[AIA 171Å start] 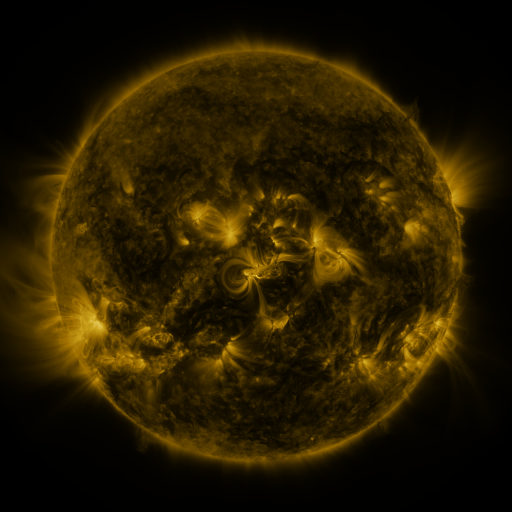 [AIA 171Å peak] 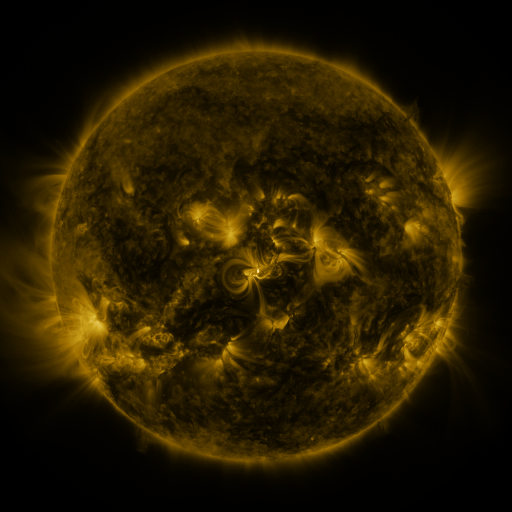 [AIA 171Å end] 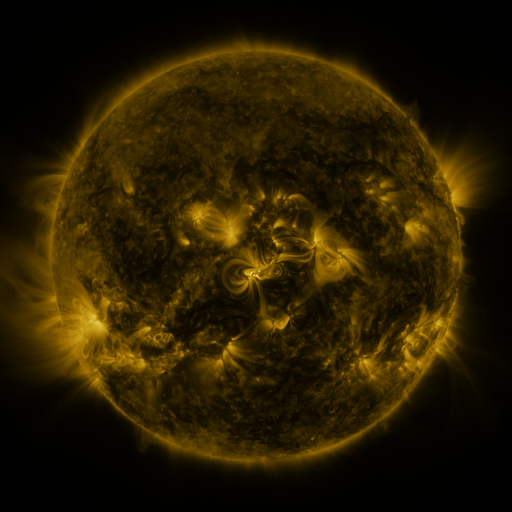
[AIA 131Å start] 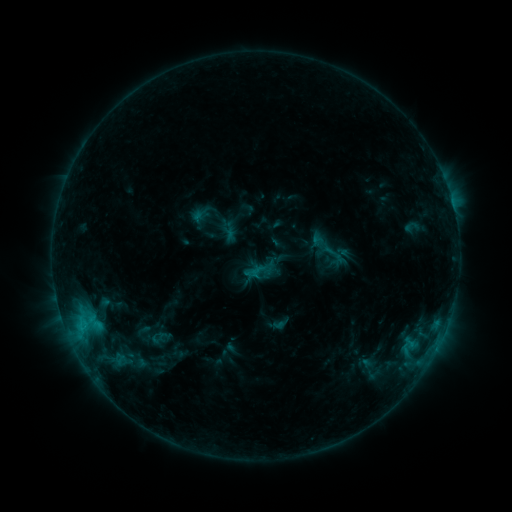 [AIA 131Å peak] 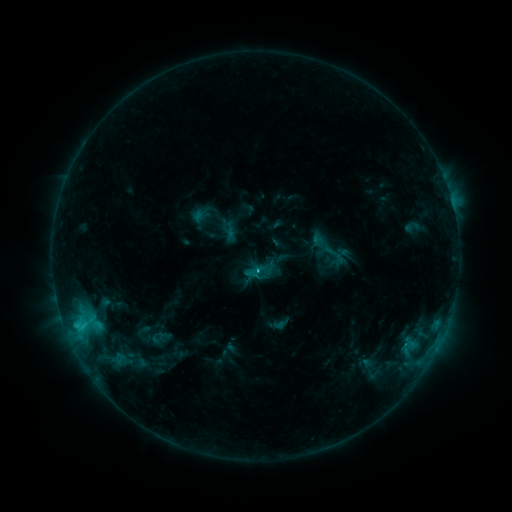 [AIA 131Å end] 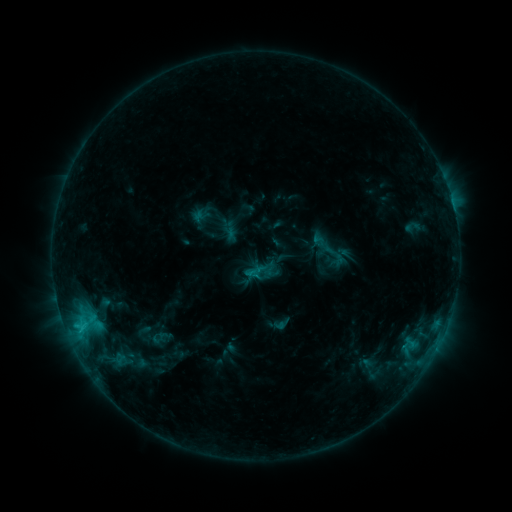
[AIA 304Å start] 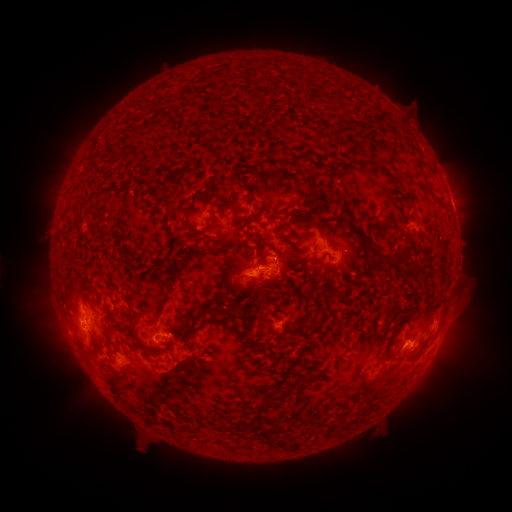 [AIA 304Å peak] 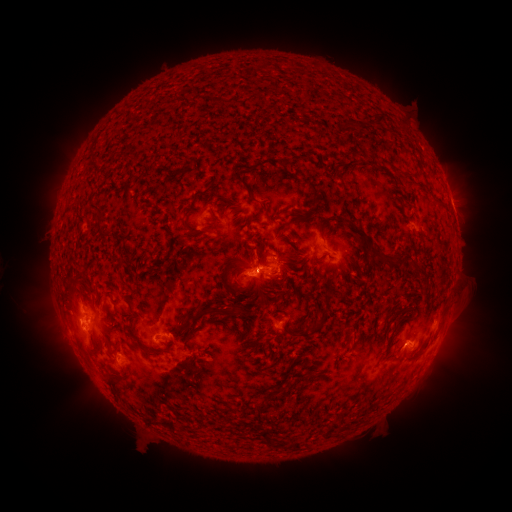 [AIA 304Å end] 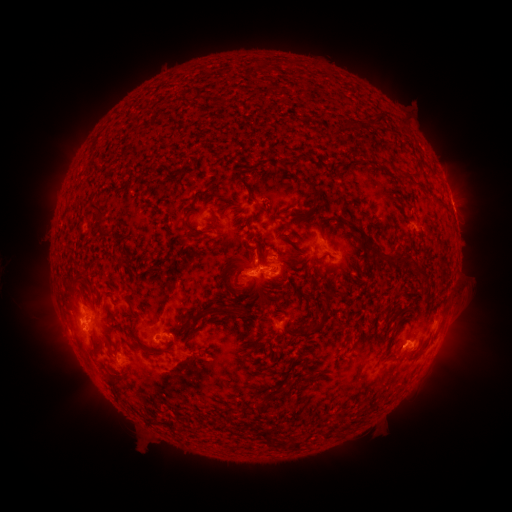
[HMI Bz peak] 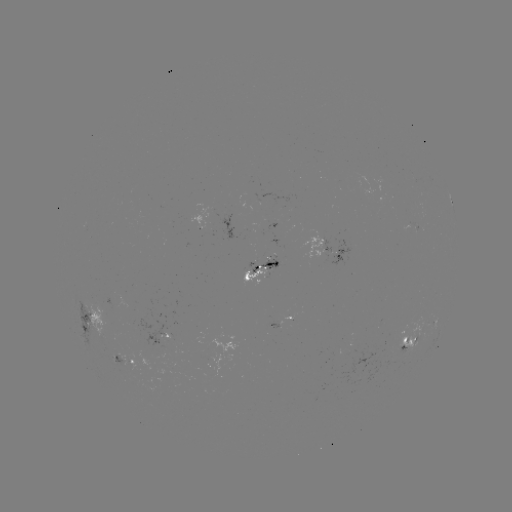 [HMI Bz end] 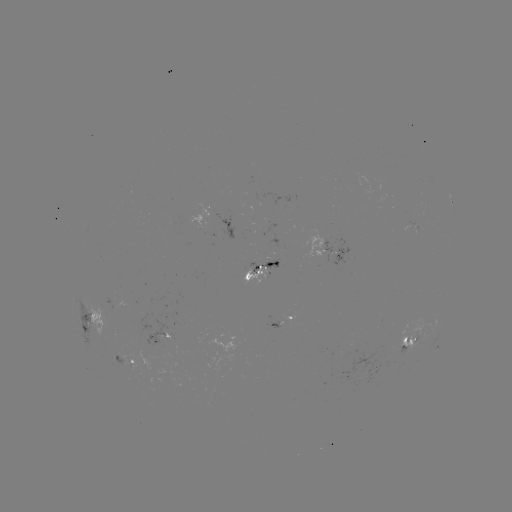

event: flare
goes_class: C1.5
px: (84, 326)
